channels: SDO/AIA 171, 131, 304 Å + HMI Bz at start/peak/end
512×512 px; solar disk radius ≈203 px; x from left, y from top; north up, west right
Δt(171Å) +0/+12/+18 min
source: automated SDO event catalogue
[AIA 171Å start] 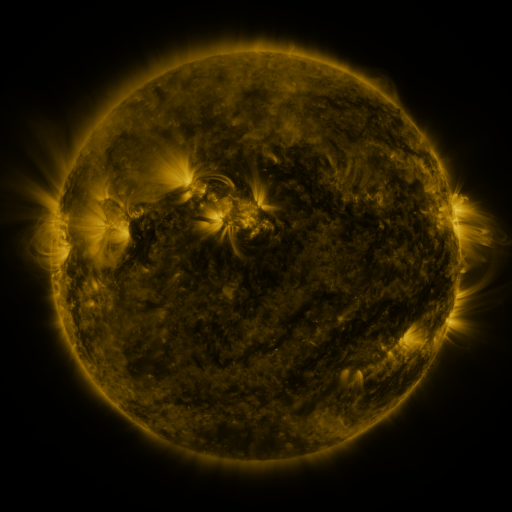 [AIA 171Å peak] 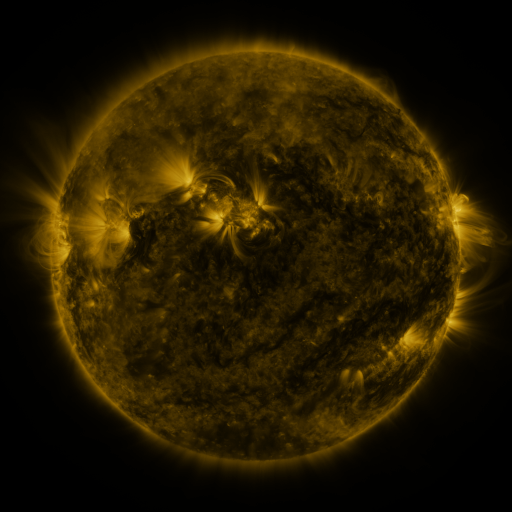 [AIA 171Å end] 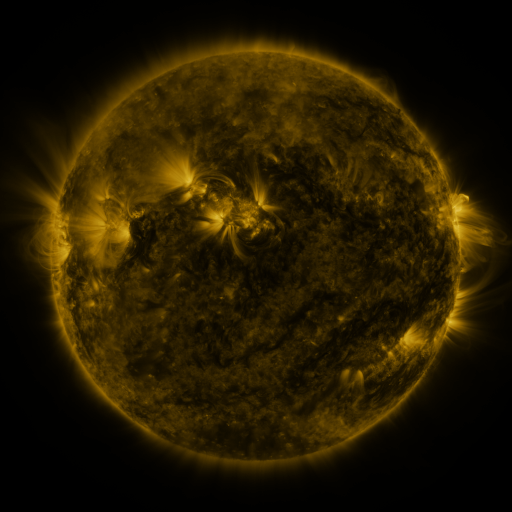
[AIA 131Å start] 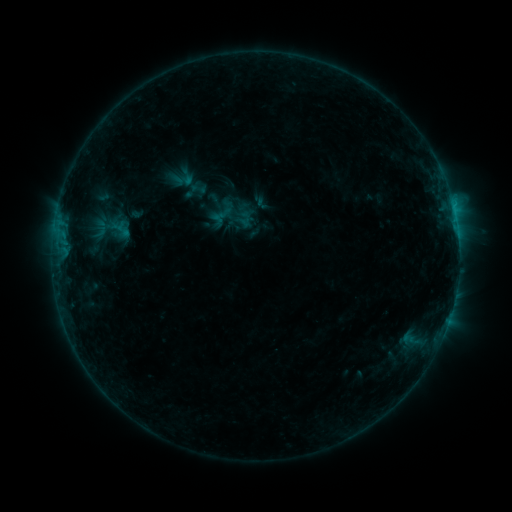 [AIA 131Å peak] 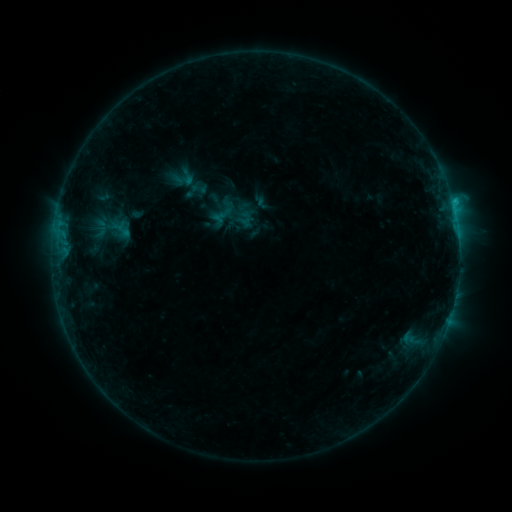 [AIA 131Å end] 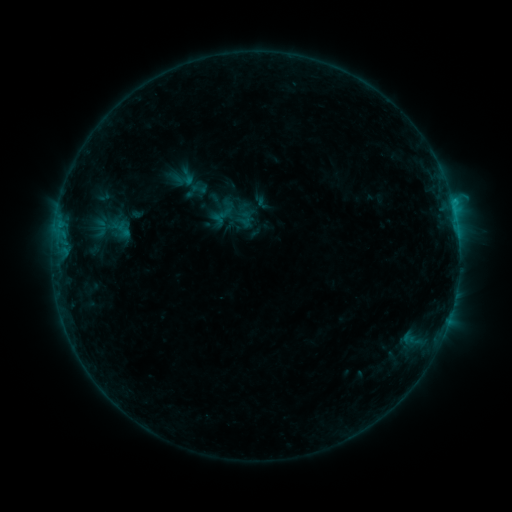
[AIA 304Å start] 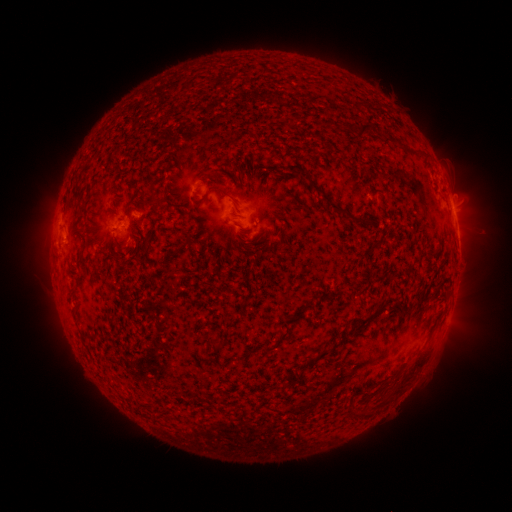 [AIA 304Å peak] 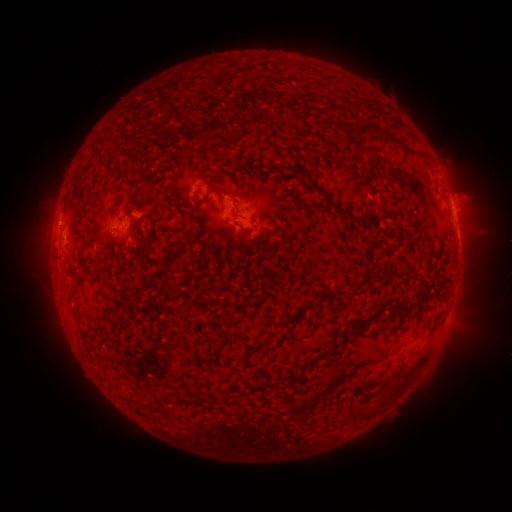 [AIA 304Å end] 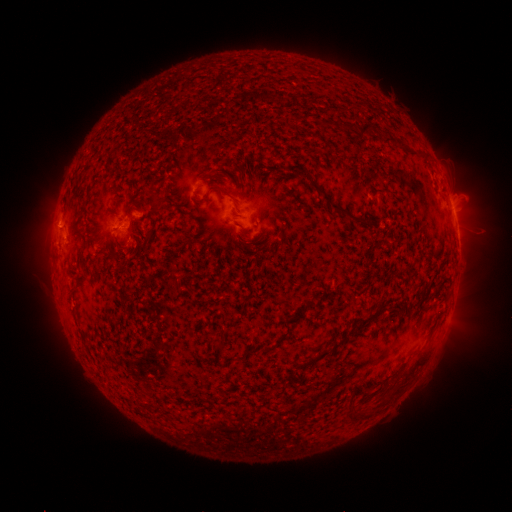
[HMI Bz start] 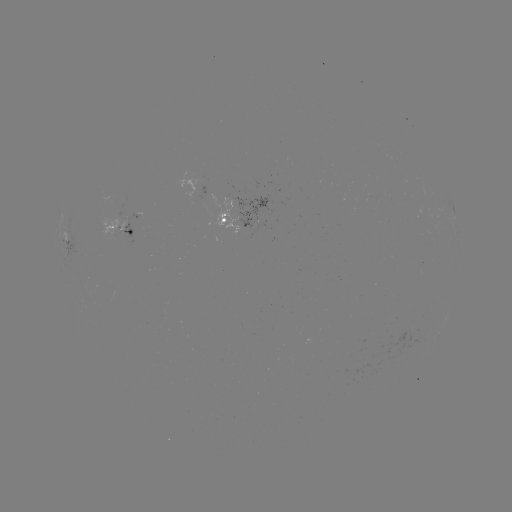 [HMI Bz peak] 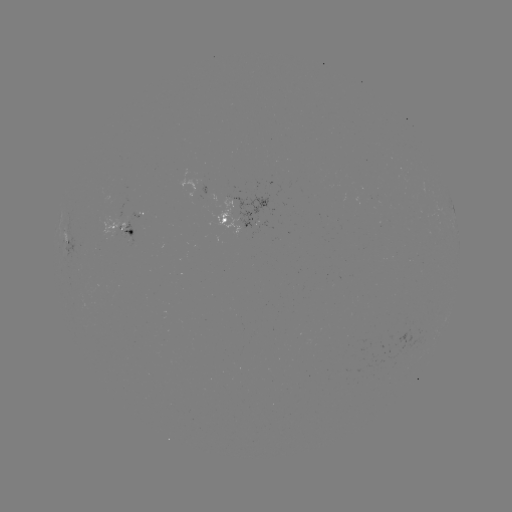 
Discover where B7.9 flare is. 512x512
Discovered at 59,225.